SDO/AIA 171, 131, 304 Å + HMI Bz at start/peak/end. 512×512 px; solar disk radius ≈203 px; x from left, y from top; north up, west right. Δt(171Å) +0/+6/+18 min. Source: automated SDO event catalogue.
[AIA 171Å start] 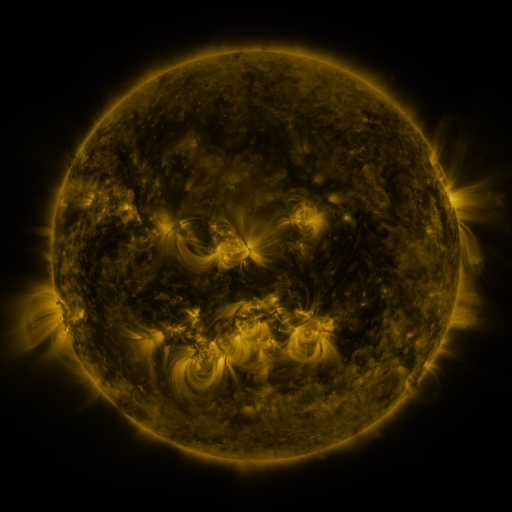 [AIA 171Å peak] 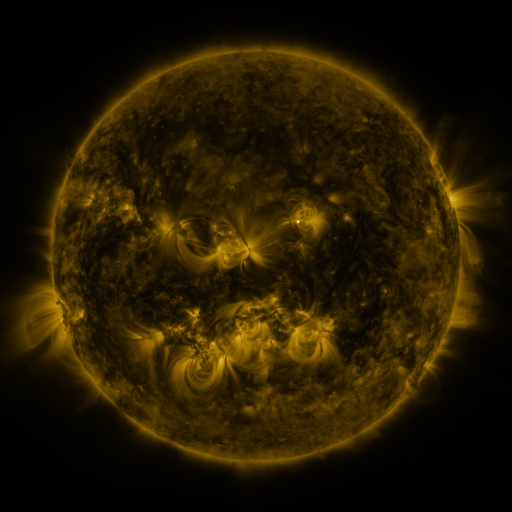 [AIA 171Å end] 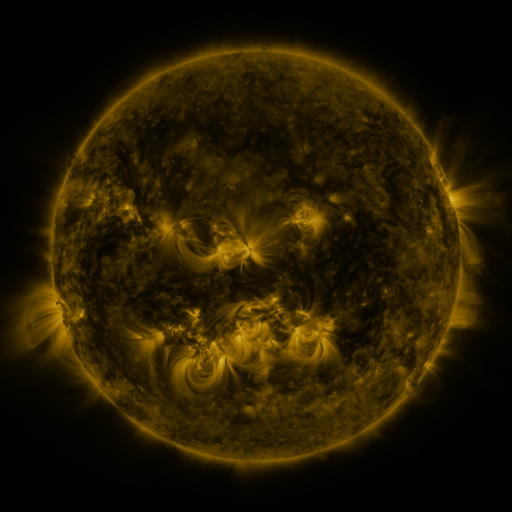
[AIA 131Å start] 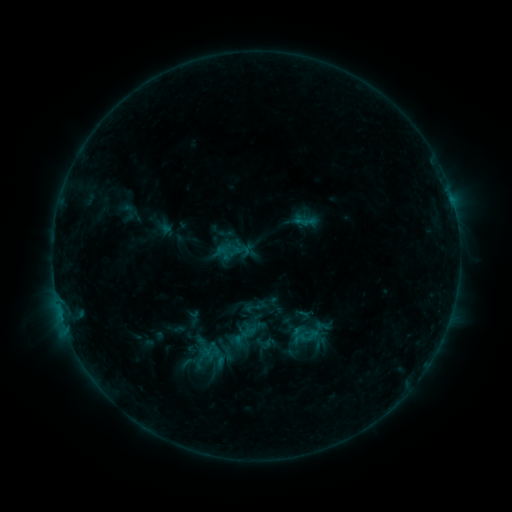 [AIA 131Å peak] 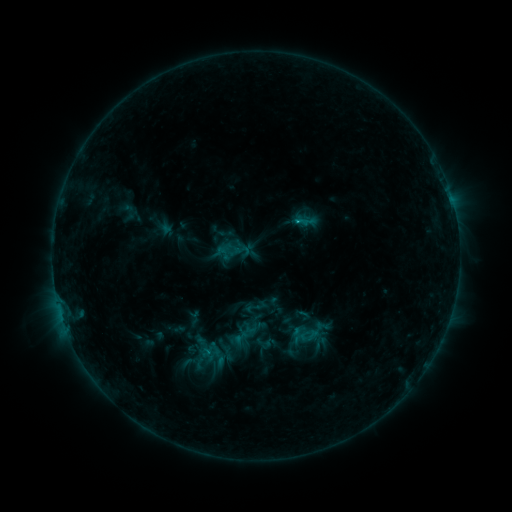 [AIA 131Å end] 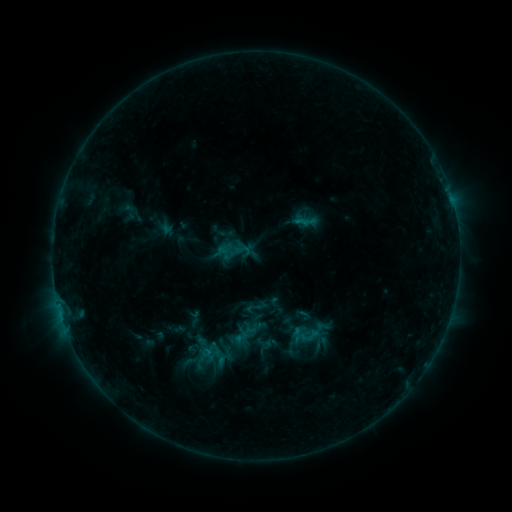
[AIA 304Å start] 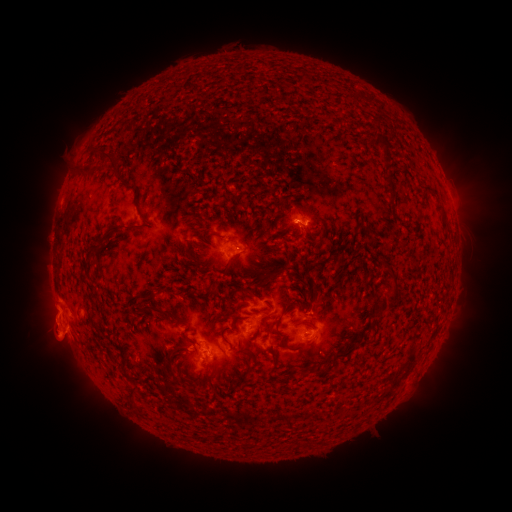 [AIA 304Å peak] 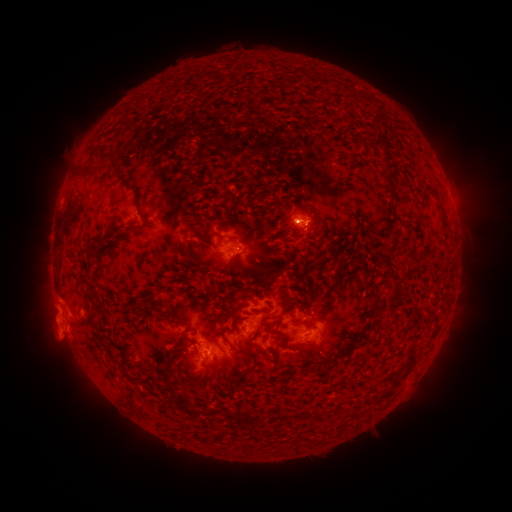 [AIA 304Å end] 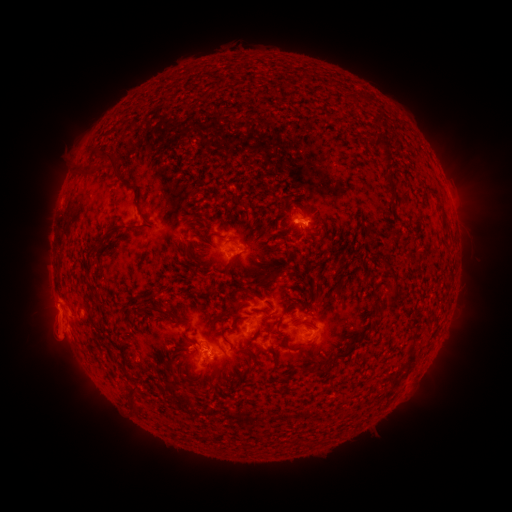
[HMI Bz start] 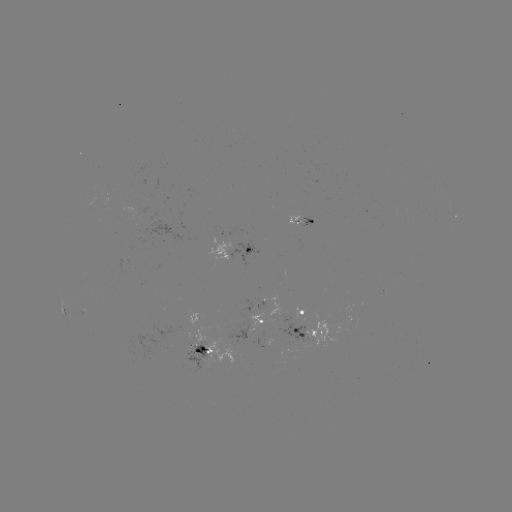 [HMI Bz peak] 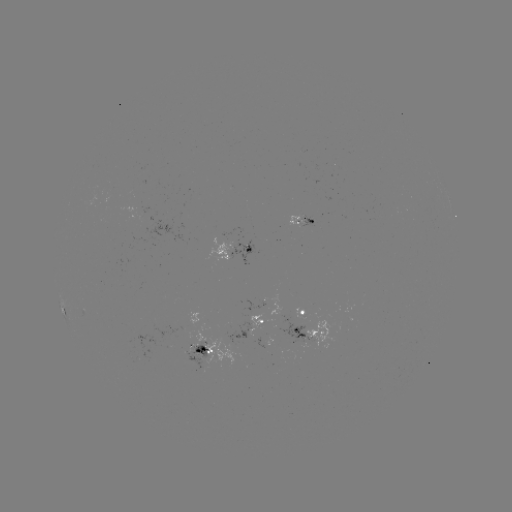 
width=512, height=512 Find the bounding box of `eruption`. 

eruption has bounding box [33, 310, 73, 349].